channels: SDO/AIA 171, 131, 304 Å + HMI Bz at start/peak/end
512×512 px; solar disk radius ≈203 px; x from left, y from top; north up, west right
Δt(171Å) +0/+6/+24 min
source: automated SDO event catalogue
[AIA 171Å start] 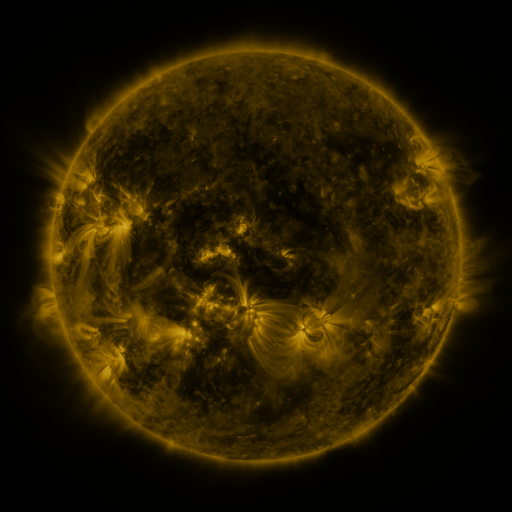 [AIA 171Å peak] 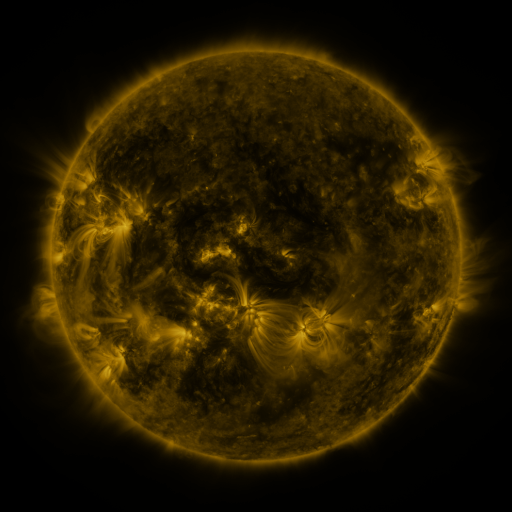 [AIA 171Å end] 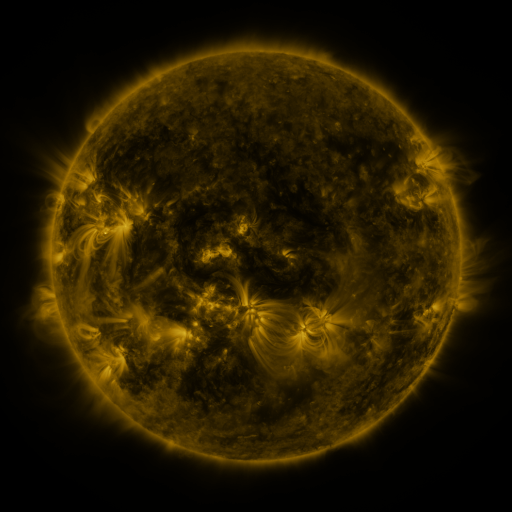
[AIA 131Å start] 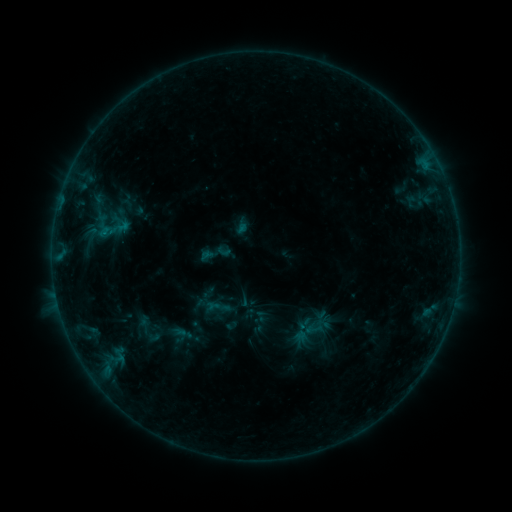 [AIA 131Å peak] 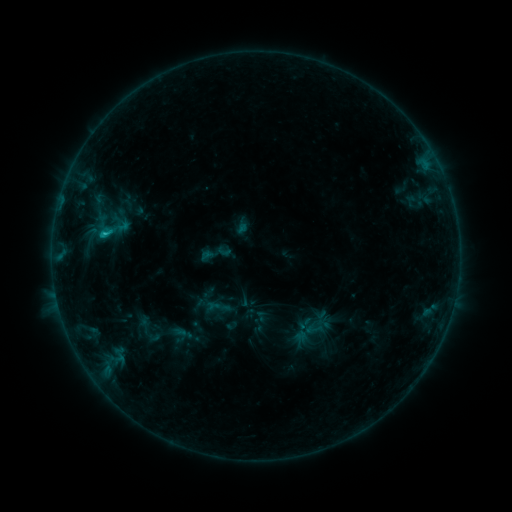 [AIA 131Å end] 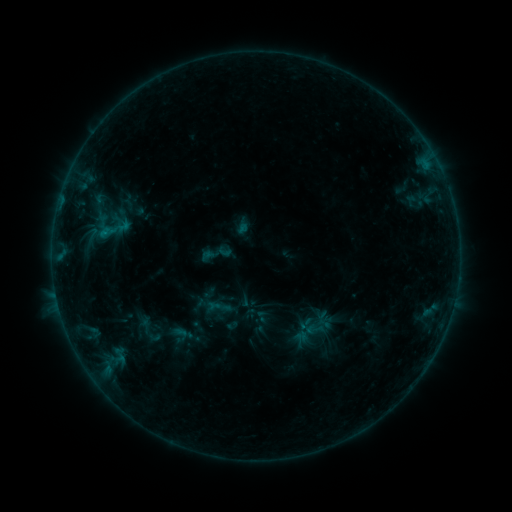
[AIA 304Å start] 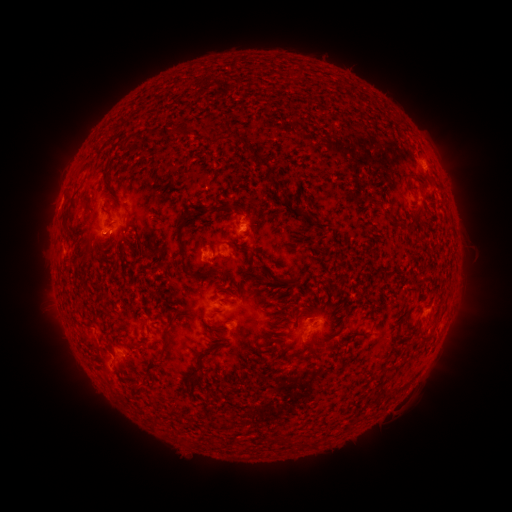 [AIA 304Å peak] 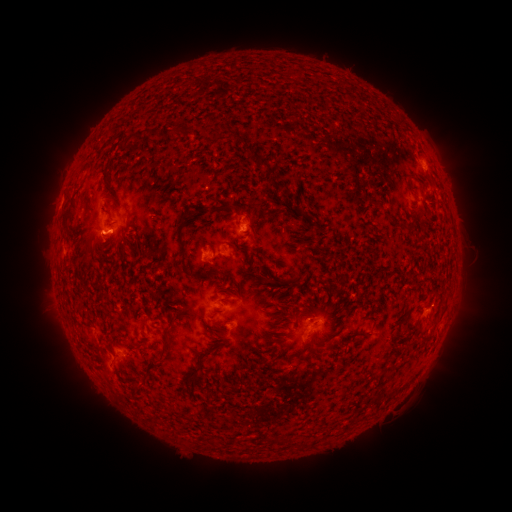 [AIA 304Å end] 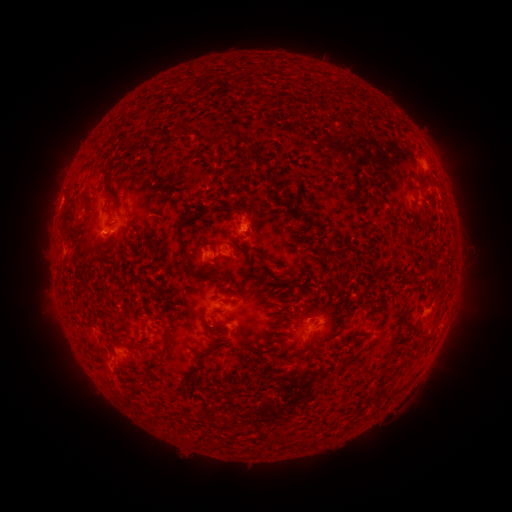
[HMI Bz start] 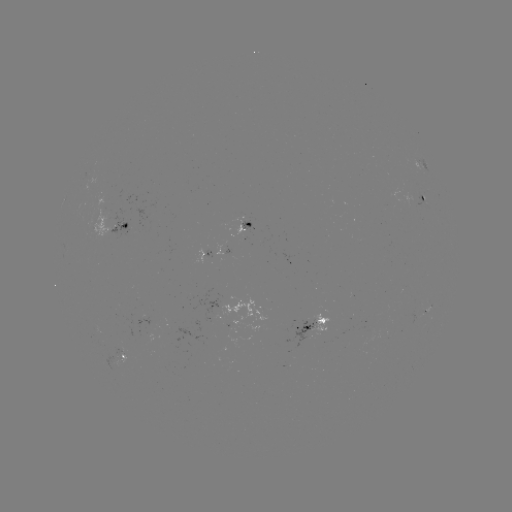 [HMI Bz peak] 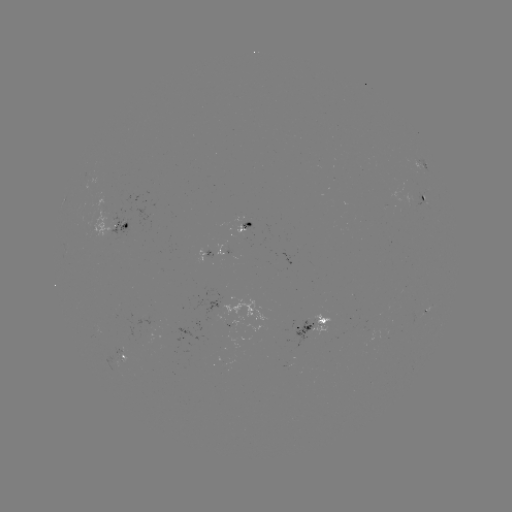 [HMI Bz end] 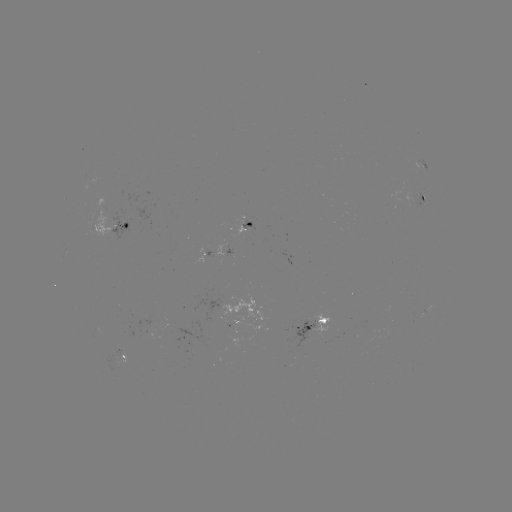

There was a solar flare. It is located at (106, 238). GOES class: B7.2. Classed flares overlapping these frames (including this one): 1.